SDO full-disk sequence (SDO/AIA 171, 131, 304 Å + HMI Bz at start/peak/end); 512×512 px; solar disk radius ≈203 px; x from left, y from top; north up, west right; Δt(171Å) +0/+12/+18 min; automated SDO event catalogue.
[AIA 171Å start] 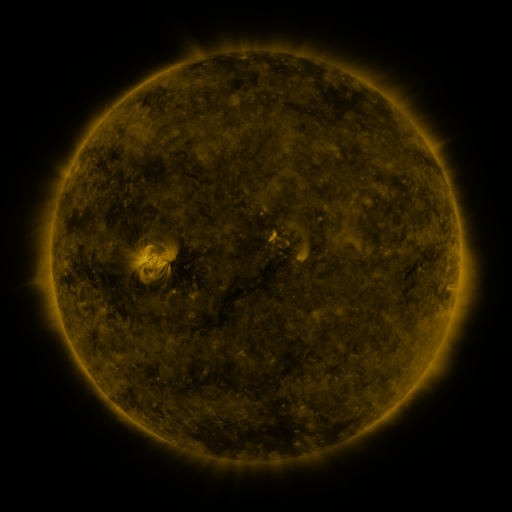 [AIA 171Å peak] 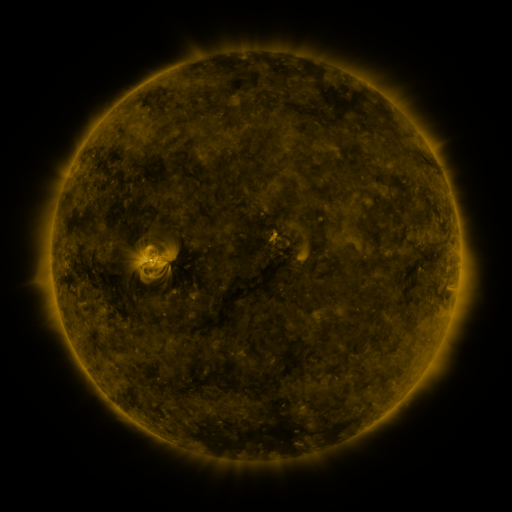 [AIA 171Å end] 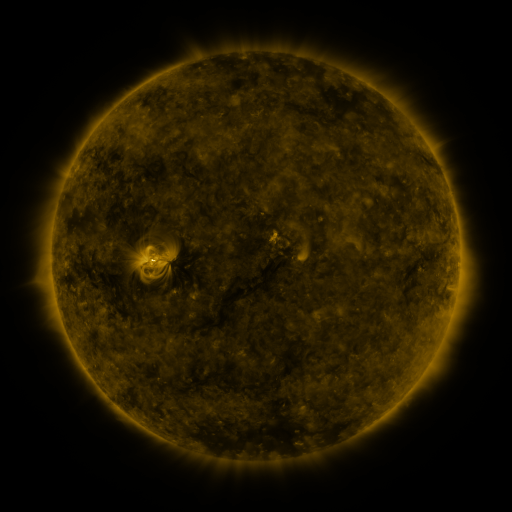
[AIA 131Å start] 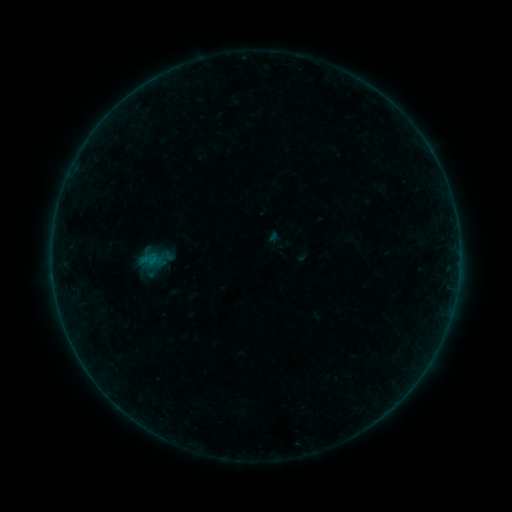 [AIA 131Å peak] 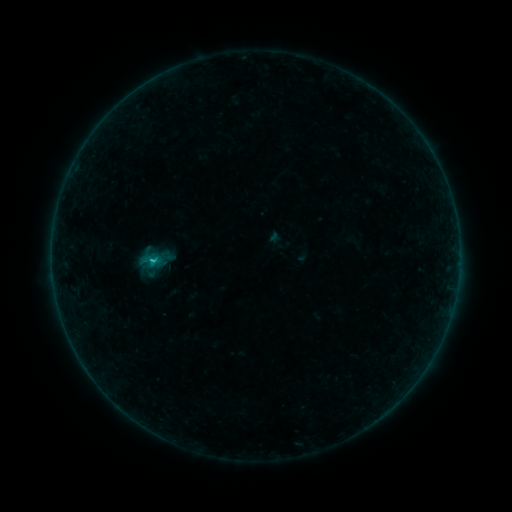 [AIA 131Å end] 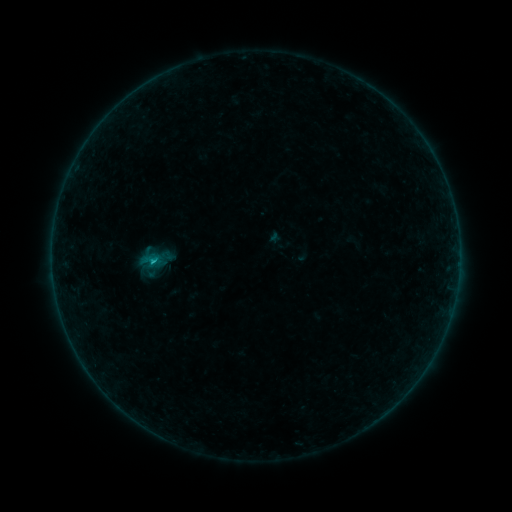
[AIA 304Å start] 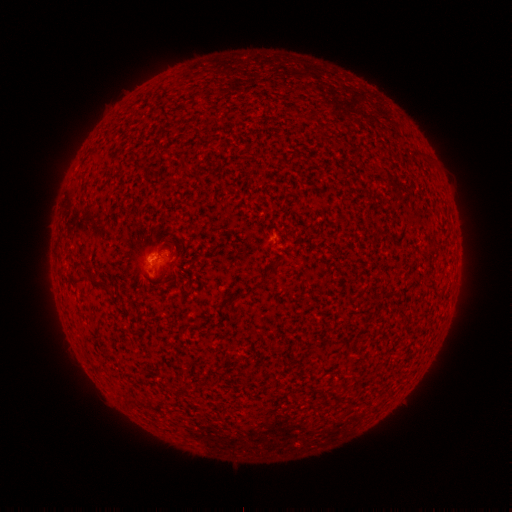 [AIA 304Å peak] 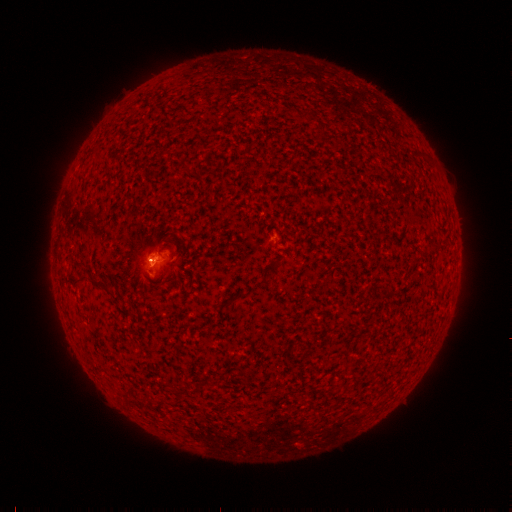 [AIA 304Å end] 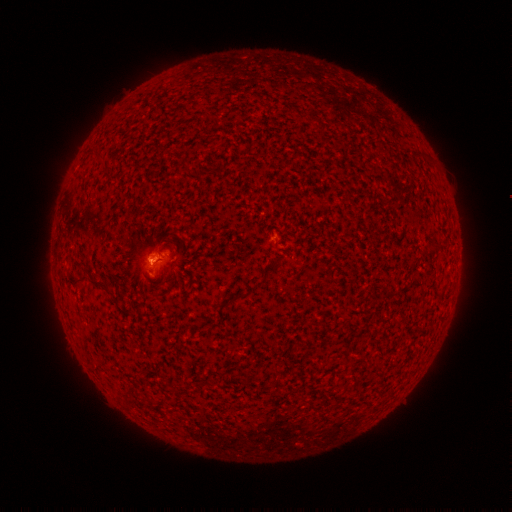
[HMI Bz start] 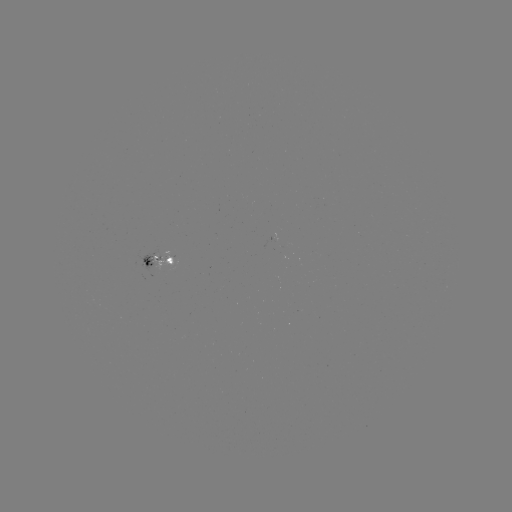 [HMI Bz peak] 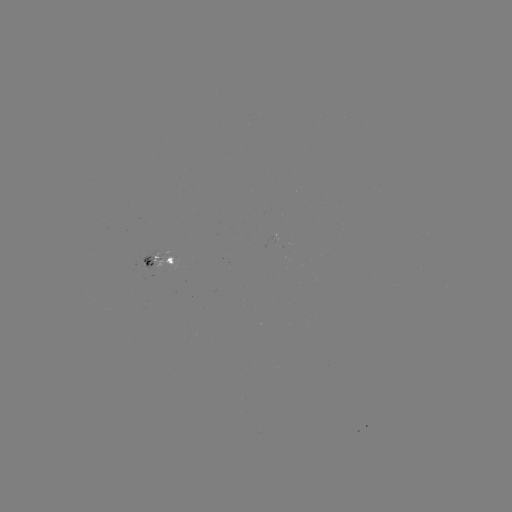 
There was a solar flare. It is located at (154, 260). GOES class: B5.1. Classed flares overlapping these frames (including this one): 1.